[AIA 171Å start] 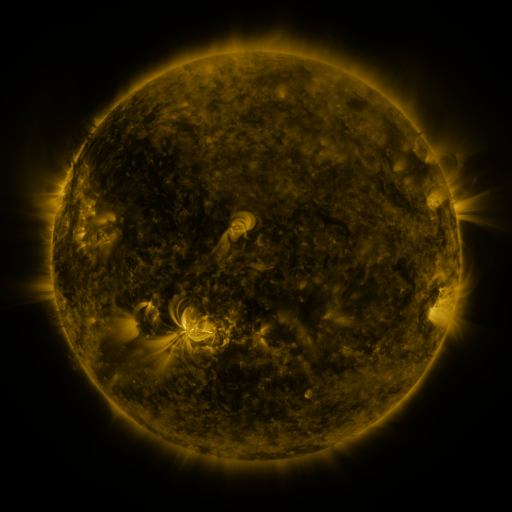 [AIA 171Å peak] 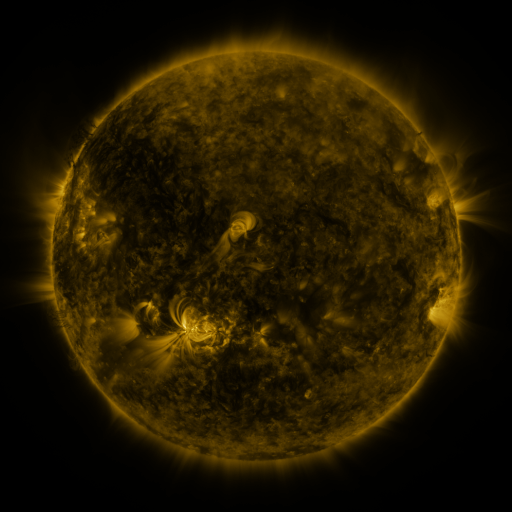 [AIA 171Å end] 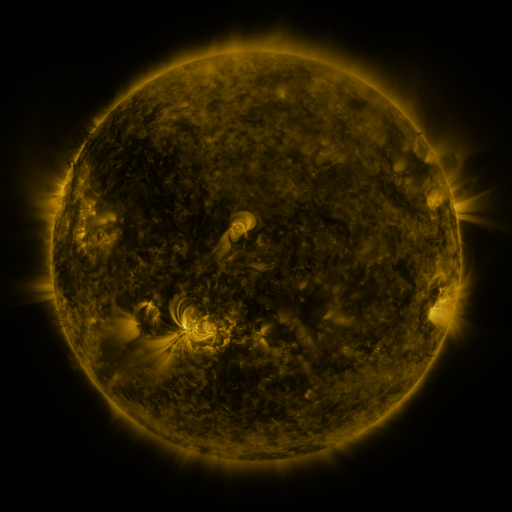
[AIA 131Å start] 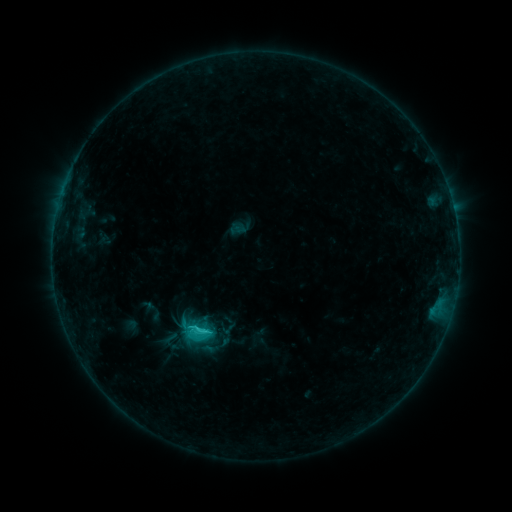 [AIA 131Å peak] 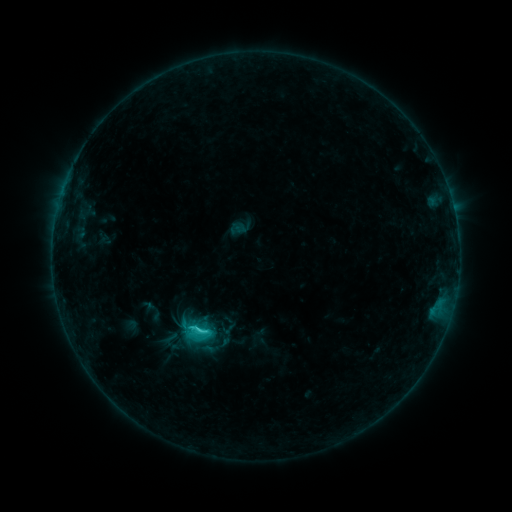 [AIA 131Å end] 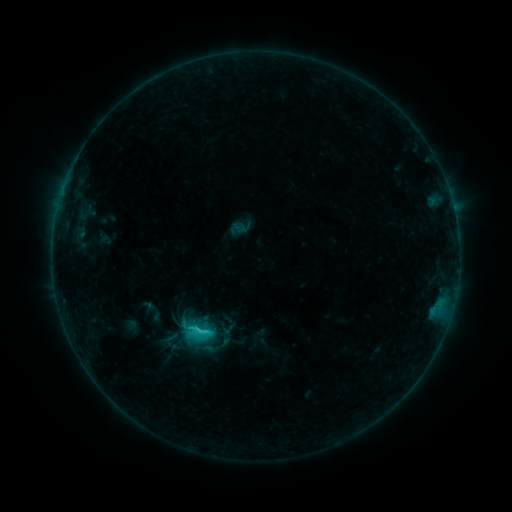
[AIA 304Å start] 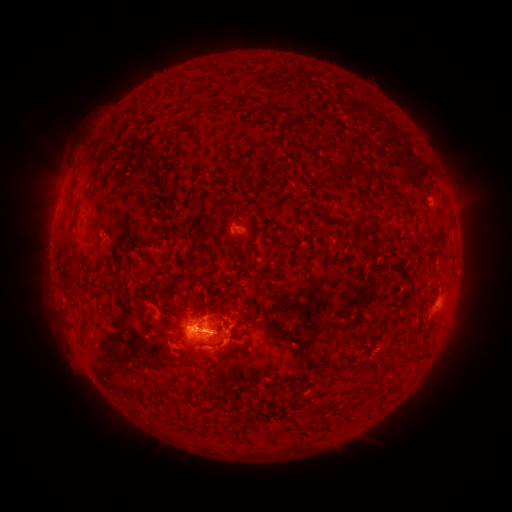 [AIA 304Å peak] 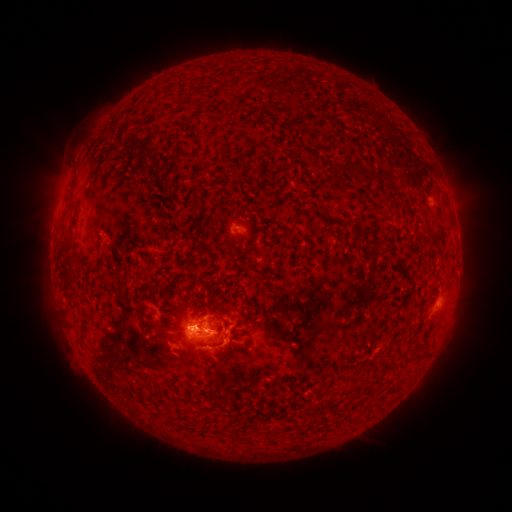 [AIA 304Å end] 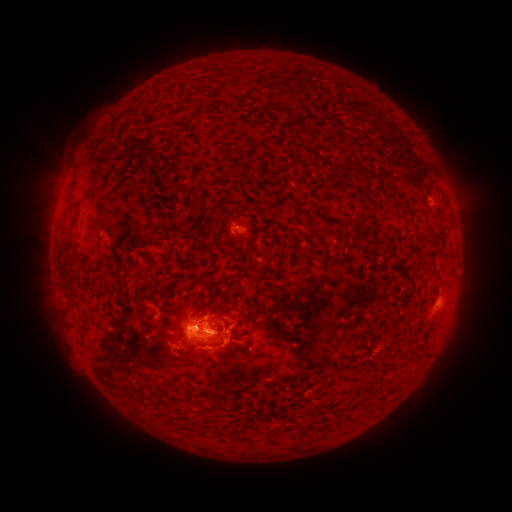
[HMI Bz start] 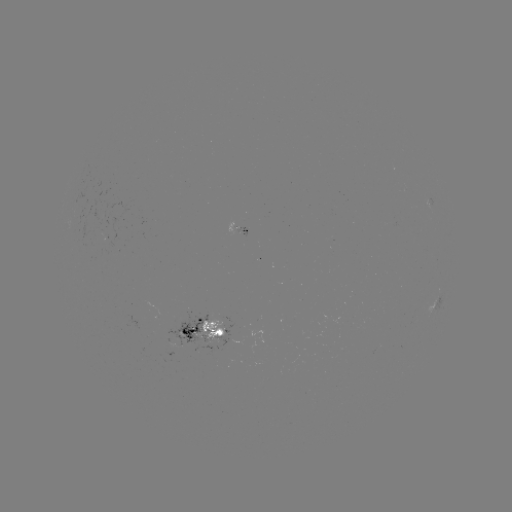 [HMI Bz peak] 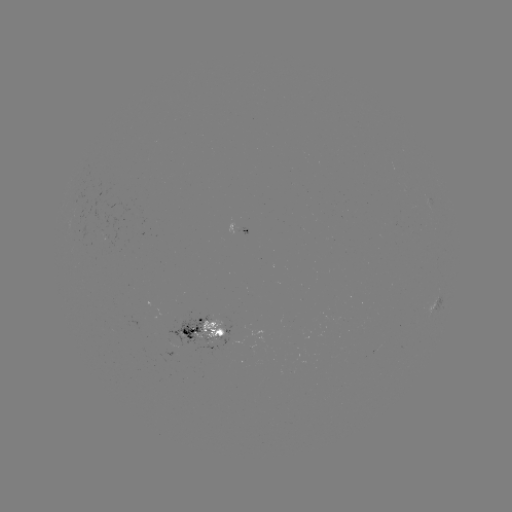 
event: flare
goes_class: C2.2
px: (201, 327)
